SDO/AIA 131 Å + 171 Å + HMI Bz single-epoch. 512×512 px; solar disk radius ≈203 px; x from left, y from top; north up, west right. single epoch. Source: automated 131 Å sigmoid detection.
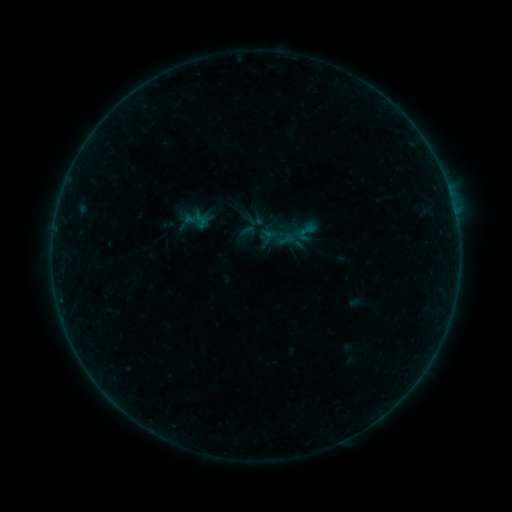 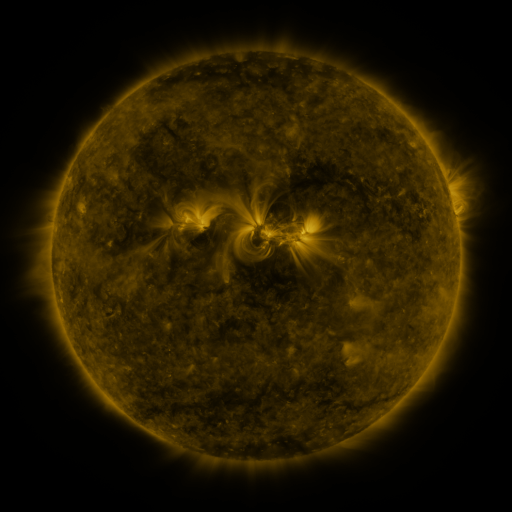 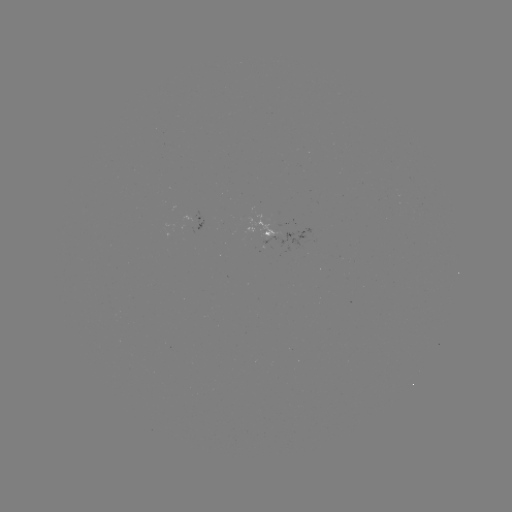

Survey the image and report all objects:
sigmoid: (247, 231)
sigmoid: (308, 231)
